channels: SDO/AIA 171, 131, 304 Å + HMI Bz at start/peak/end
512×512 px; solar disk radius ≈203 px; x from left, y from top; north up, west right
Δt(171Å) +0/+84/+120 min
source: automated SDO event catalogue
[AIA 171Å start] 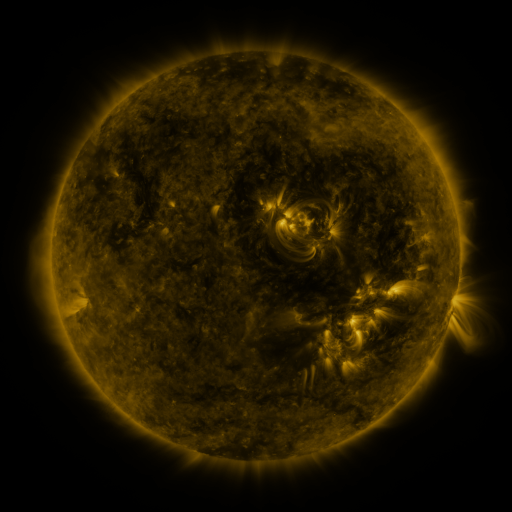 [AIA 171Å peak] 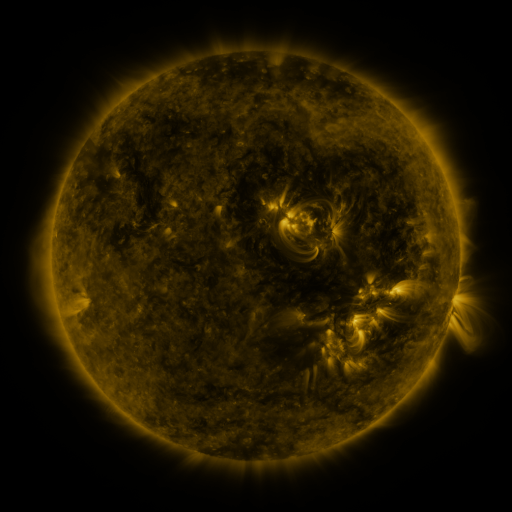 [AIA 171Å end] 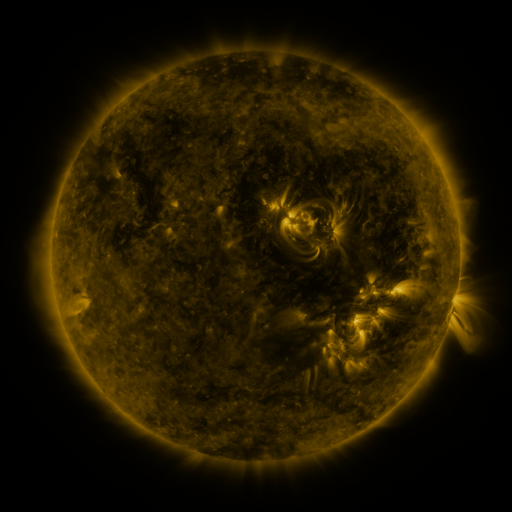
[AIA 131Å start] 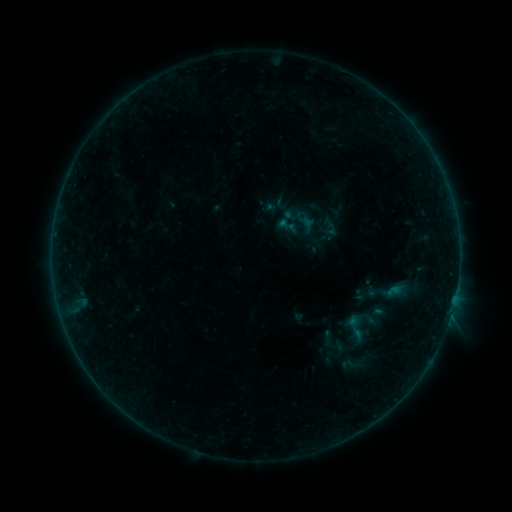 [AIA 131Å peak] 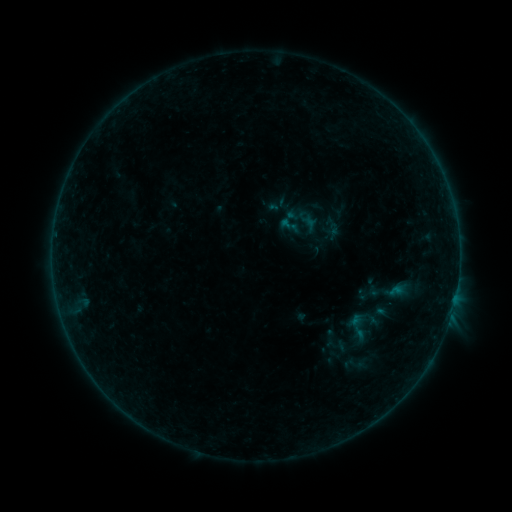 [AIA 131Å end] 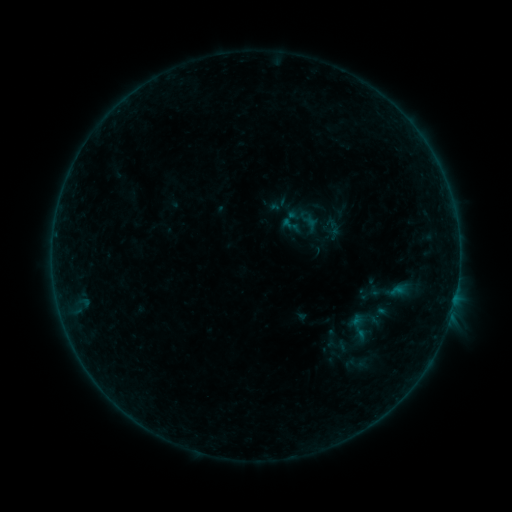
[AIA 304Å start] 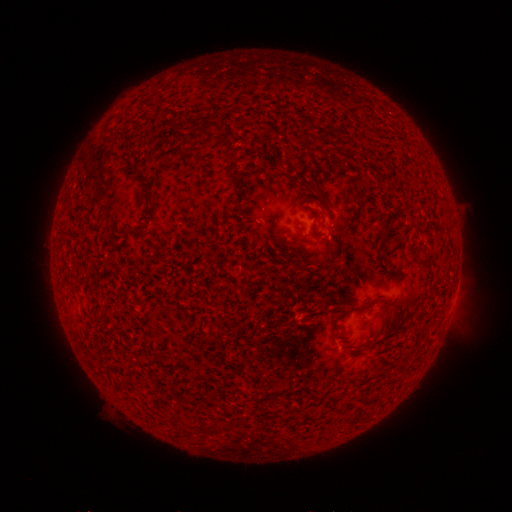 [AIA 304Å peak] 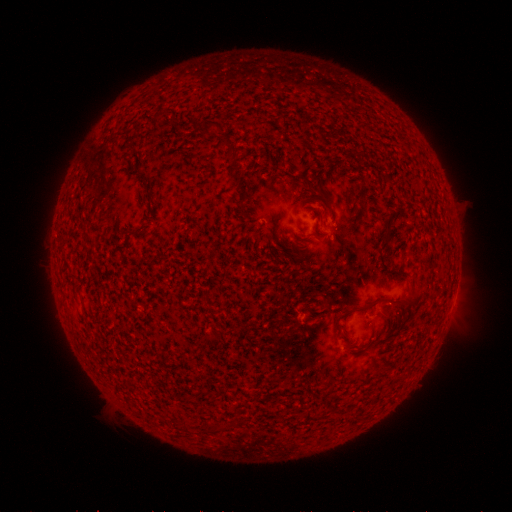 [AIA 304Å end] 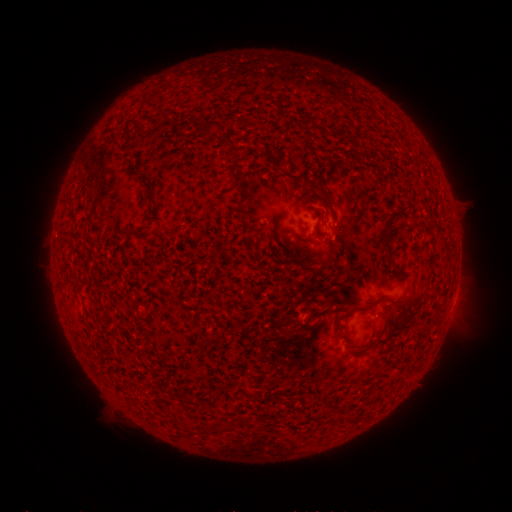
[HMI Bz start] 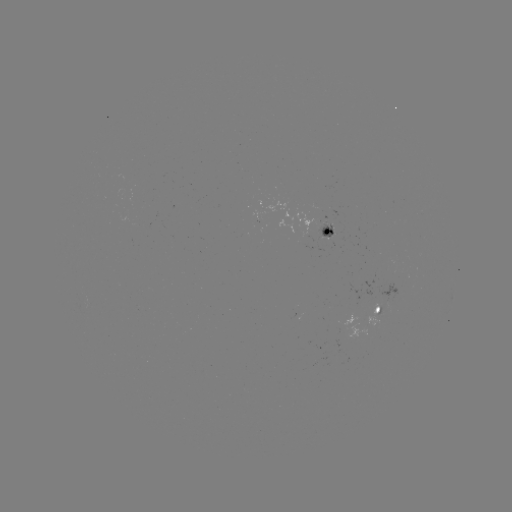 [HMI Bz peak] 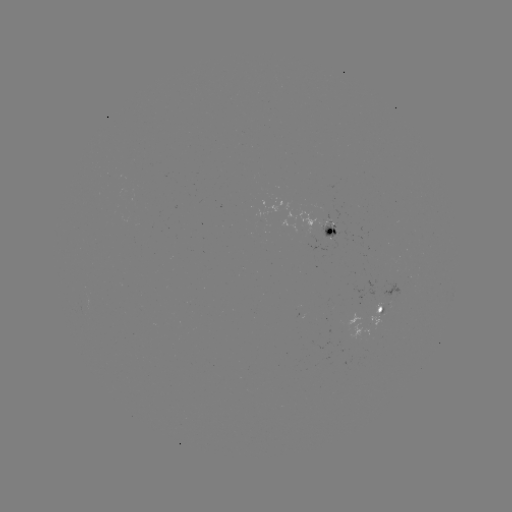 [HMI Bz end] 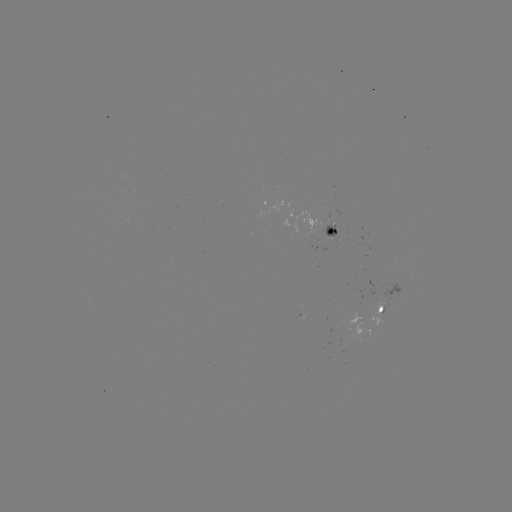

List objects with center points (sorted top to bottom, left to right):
emerging-flux region: (391, 296)
